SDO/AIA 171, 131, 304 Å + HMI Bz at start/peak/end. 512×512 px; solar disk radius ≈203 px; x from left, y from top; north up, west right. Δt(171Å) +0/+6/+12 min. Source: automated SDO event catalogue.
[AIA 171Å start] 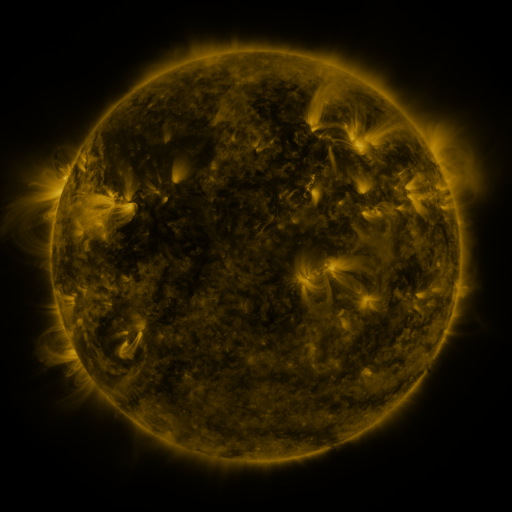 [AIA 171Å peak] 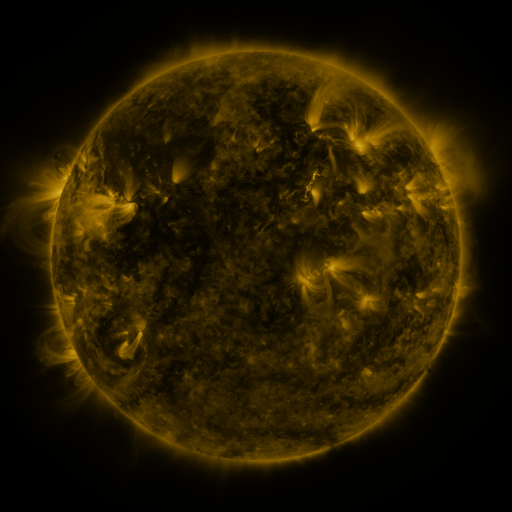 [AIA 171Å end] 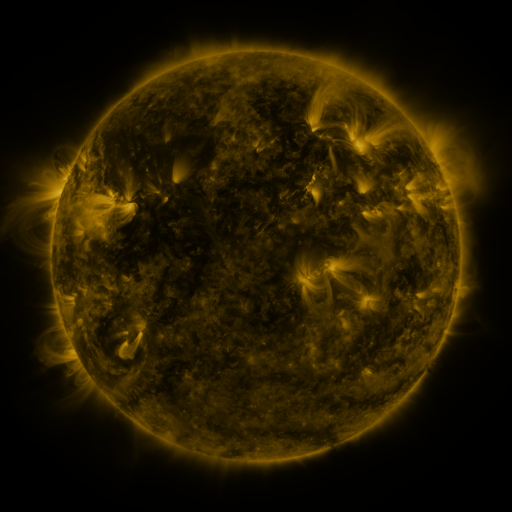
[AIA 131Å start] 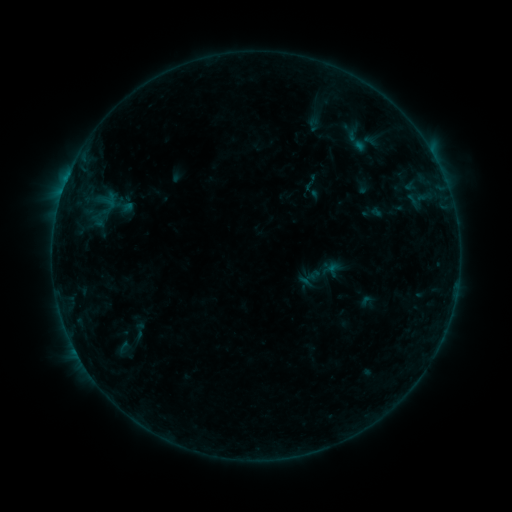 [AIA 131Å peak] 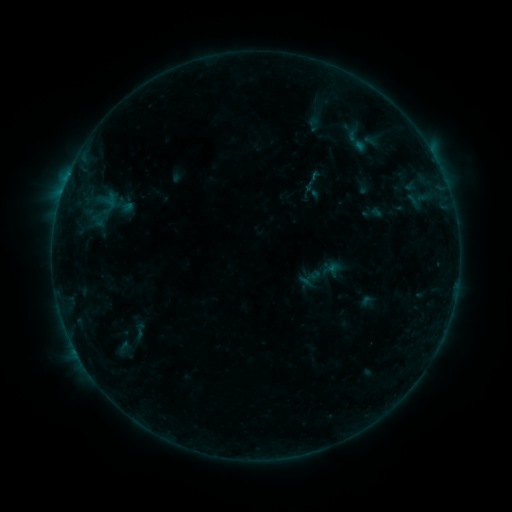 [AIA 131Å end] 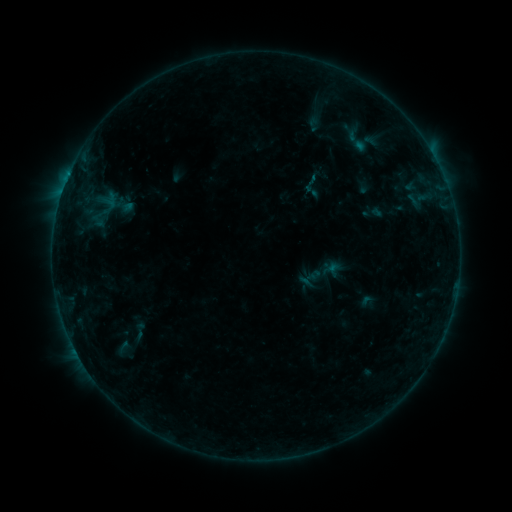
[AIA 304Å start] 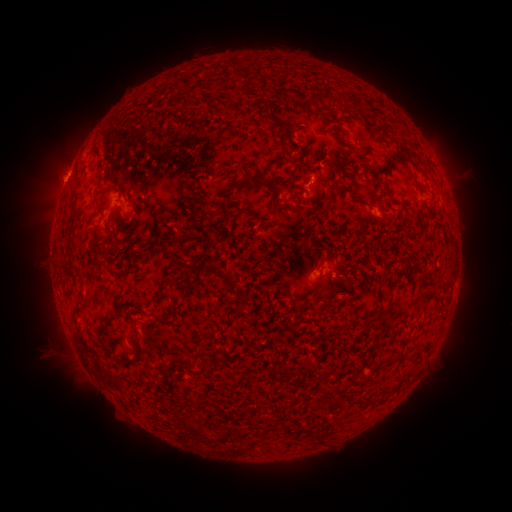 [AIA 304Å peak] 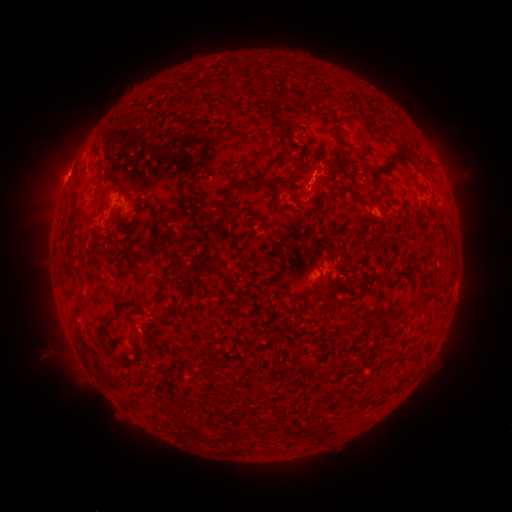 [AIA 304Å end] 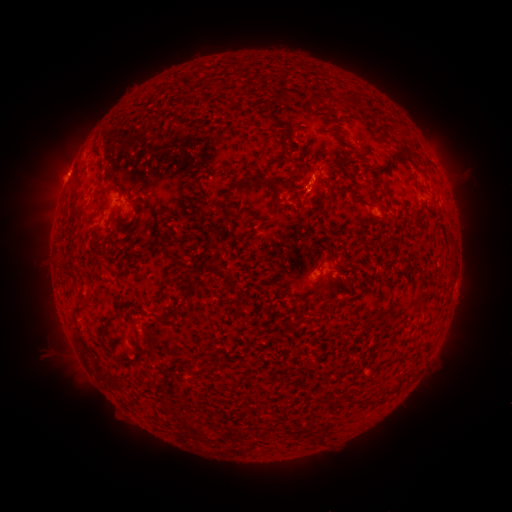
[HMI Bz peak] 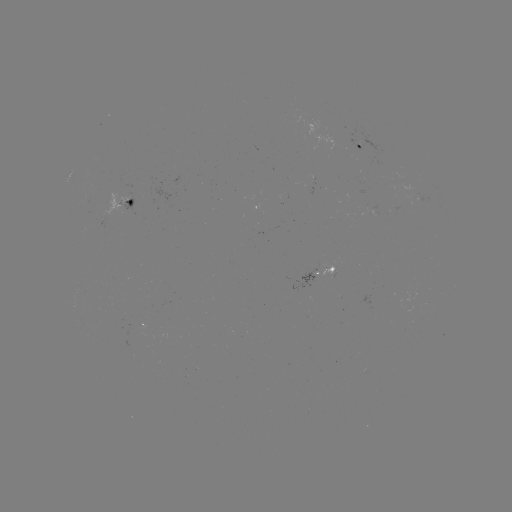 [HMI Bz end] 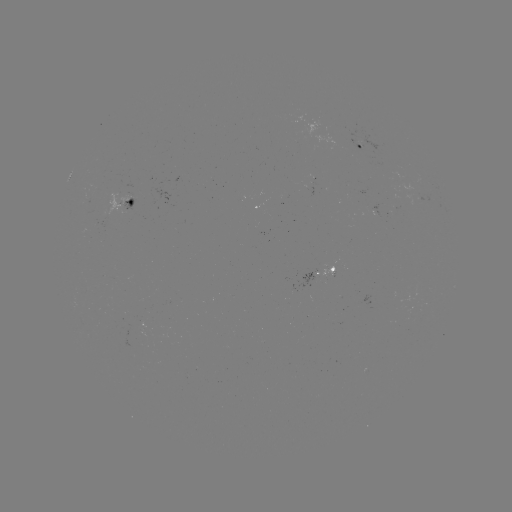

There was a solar eruption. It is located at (310, 206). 